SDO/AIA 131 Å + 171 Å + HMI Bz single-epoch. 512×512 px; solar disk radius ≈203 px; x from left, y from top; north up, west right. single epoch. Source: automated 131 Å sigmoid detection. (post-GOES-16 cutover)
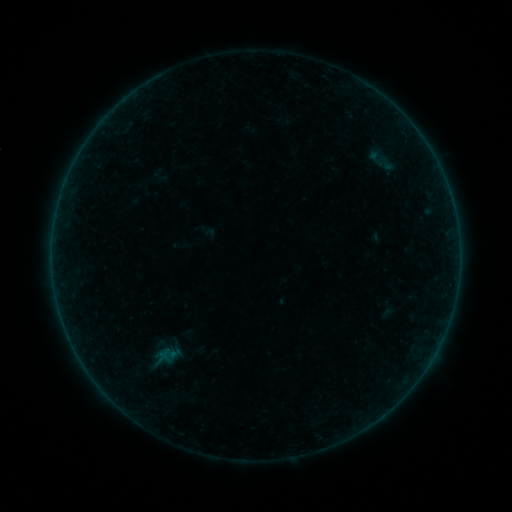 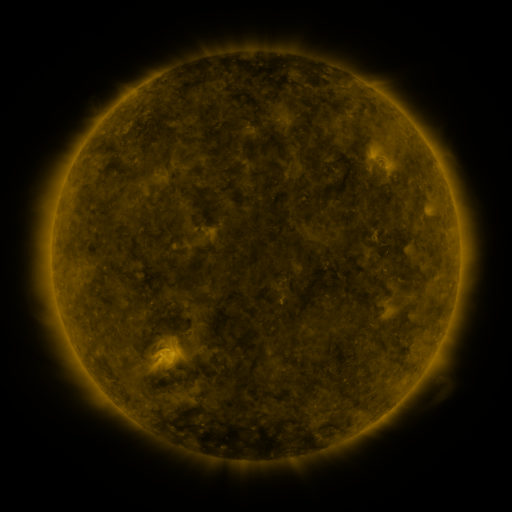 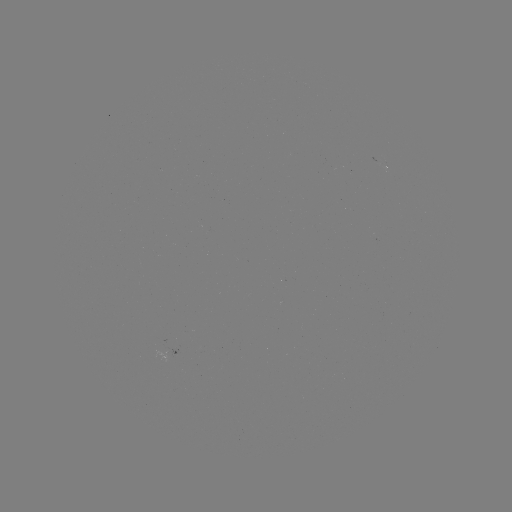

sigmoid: (359, 148, 393, 169)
